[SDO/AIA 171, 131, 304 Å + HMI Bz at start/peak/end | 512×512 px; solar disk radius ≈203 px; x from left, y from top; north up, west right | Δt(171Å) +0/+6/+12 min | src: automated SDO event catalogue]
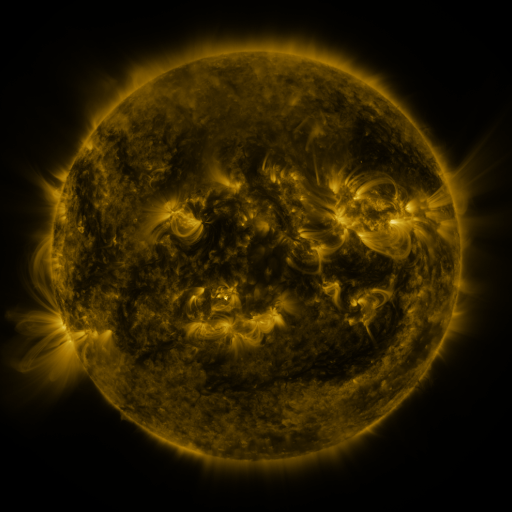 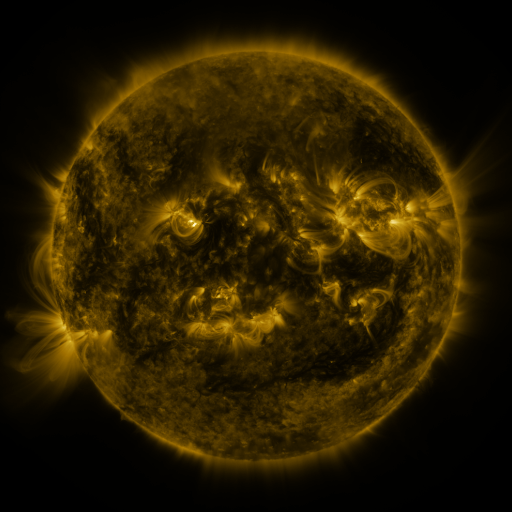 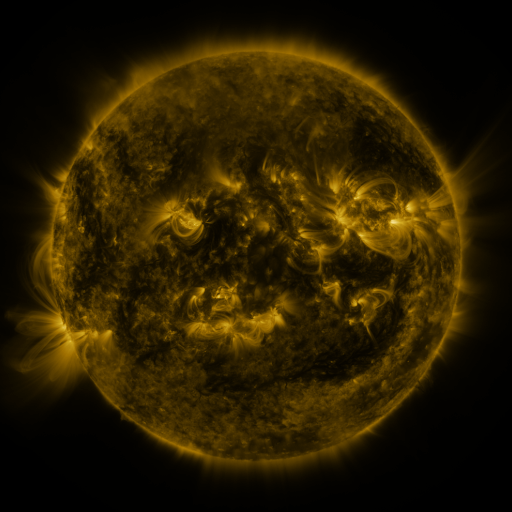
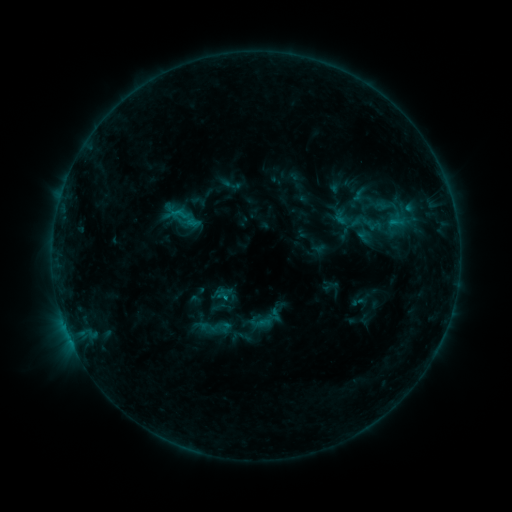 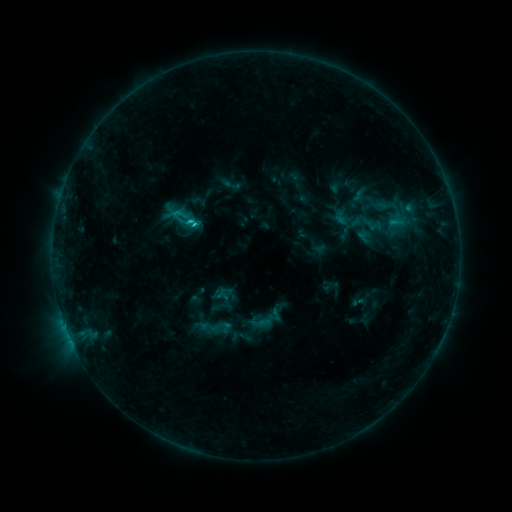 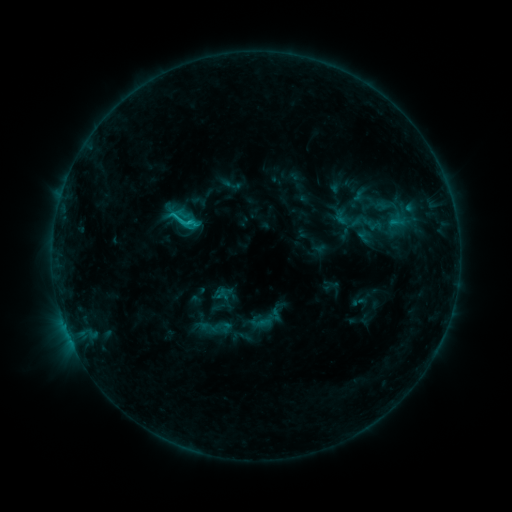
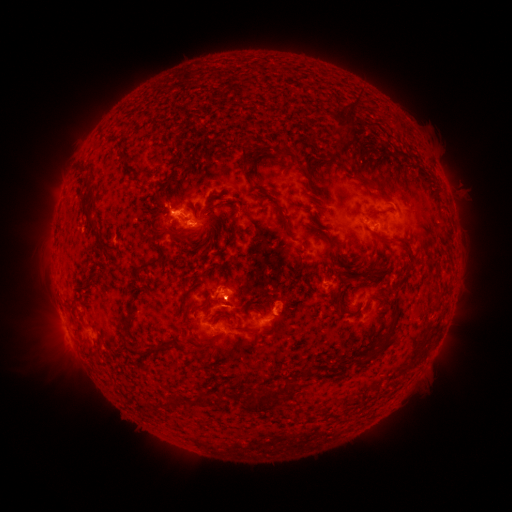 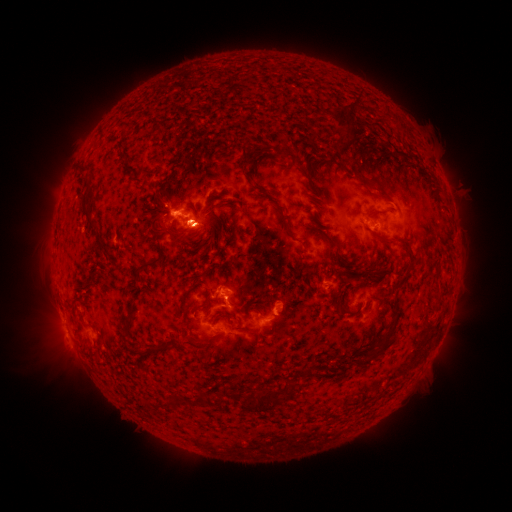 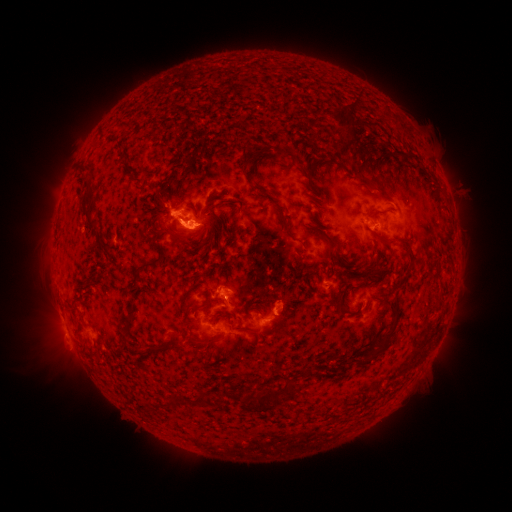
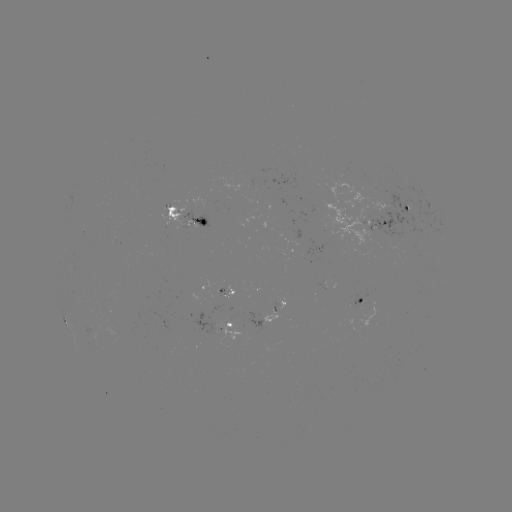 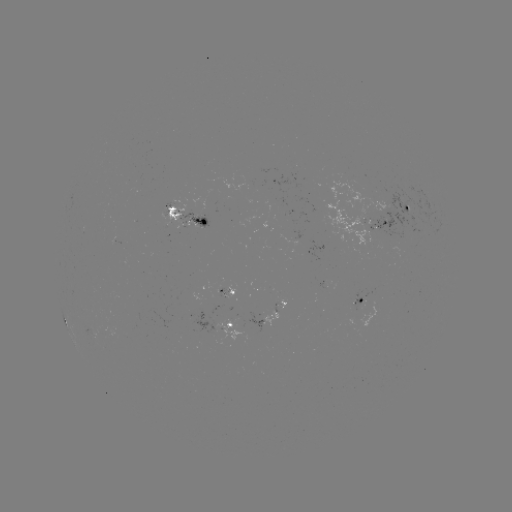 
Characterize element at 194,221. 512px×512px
C1.4 flare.